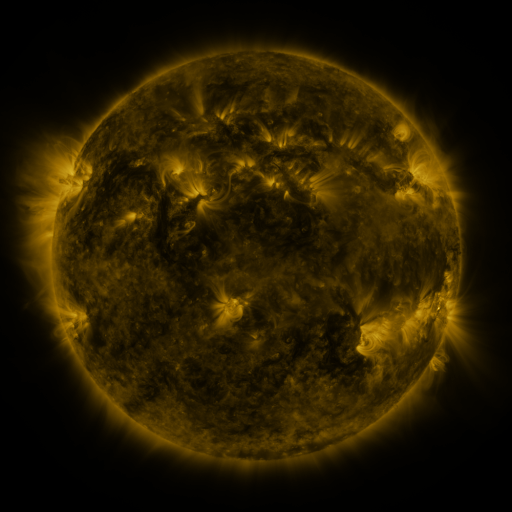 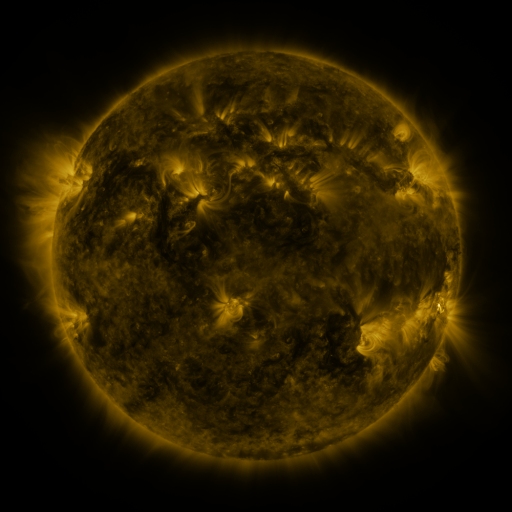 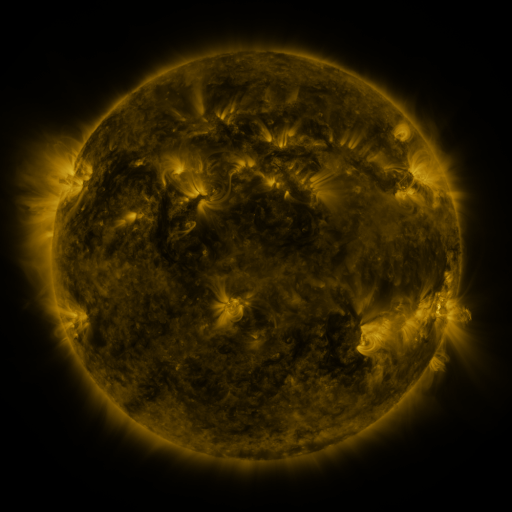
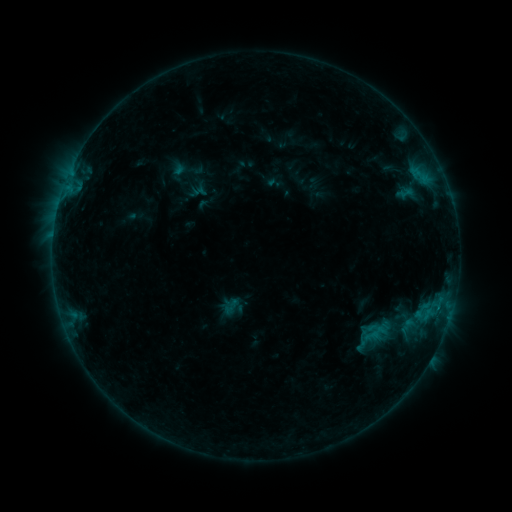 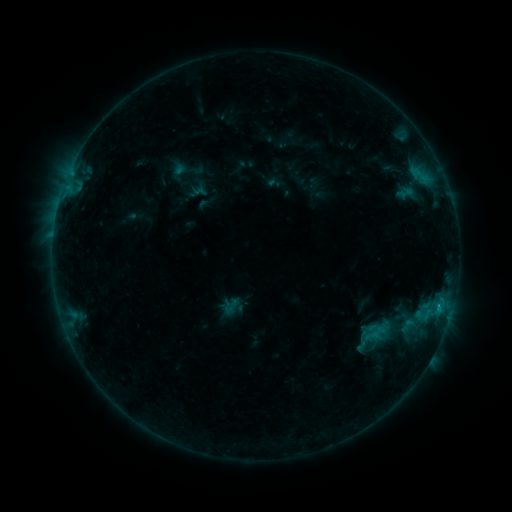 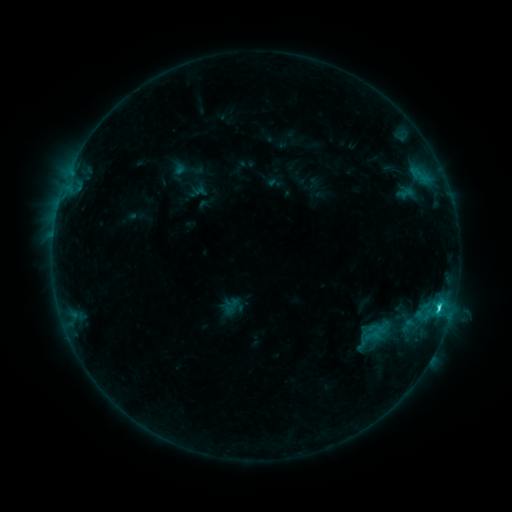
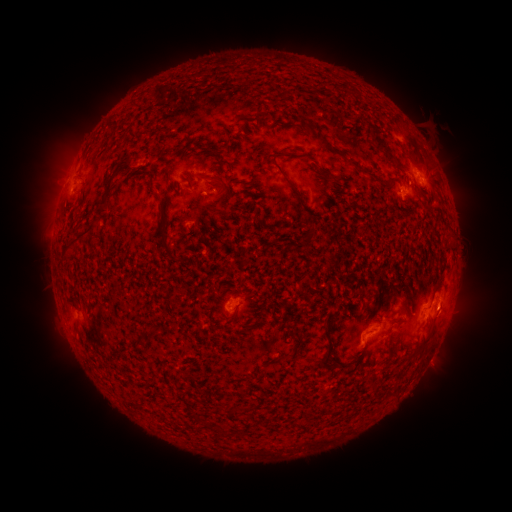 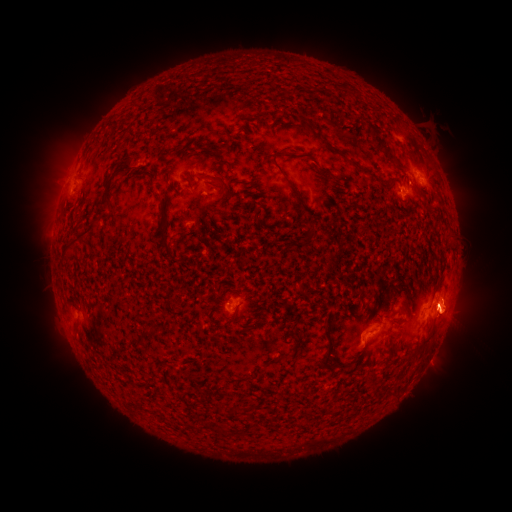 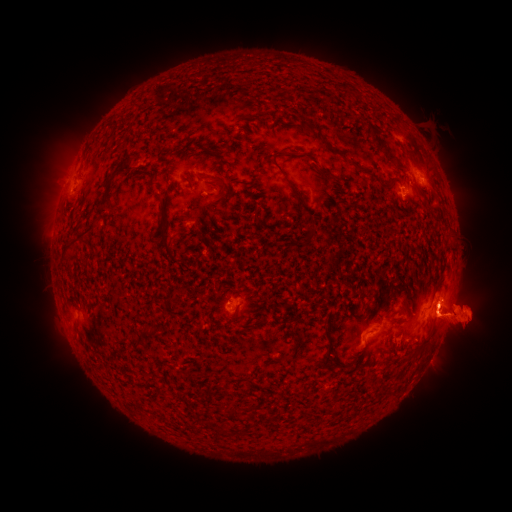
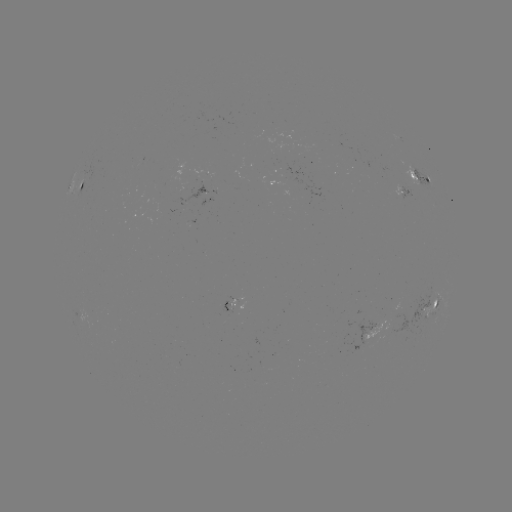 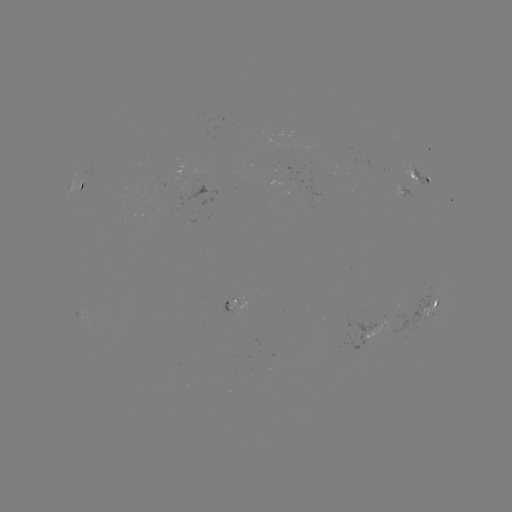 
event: flare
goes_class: C1.8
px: (437, 310)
